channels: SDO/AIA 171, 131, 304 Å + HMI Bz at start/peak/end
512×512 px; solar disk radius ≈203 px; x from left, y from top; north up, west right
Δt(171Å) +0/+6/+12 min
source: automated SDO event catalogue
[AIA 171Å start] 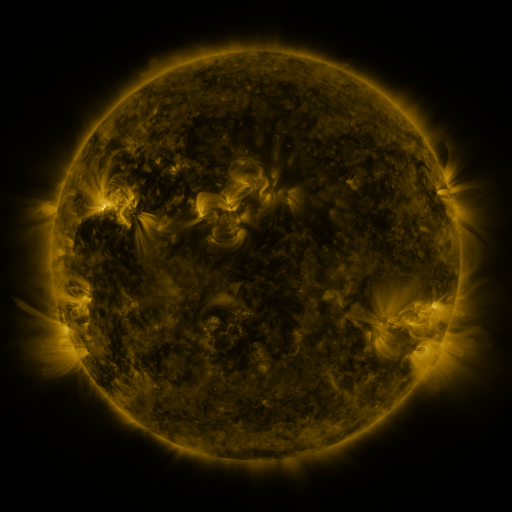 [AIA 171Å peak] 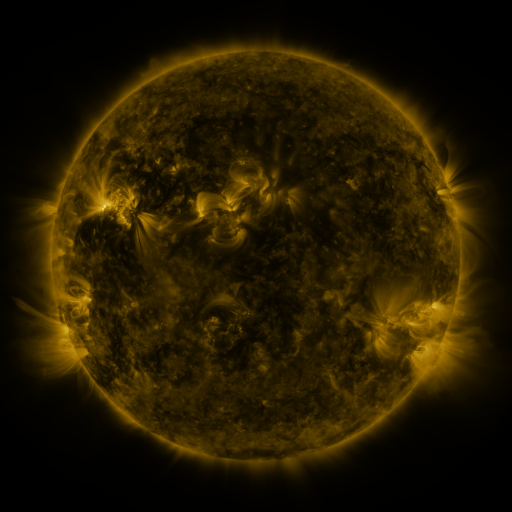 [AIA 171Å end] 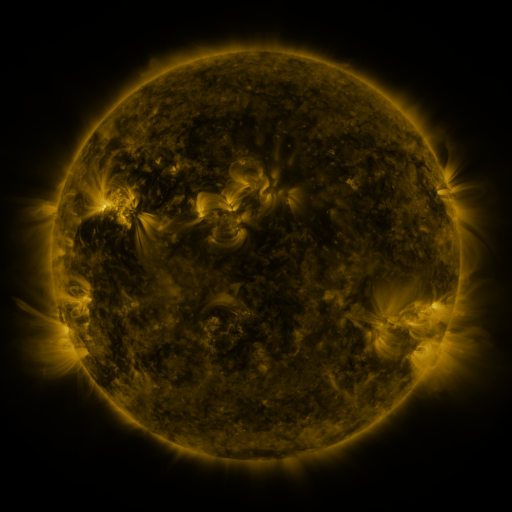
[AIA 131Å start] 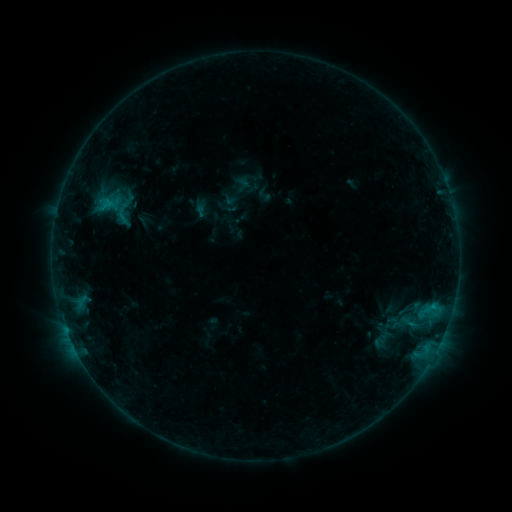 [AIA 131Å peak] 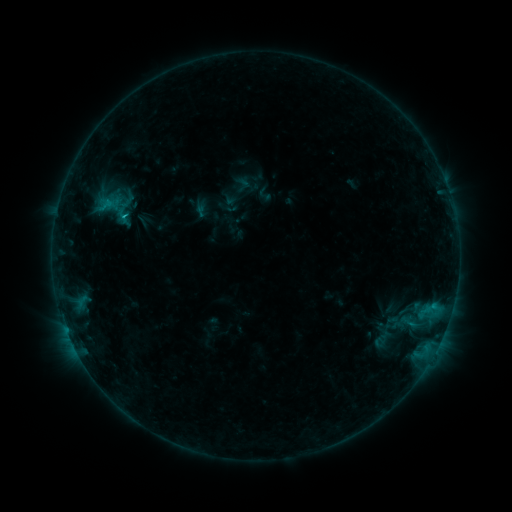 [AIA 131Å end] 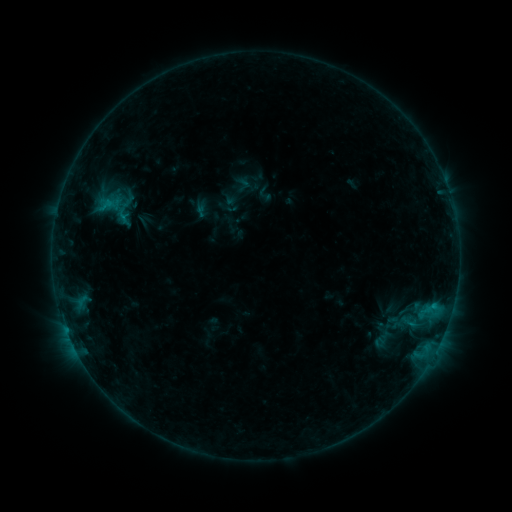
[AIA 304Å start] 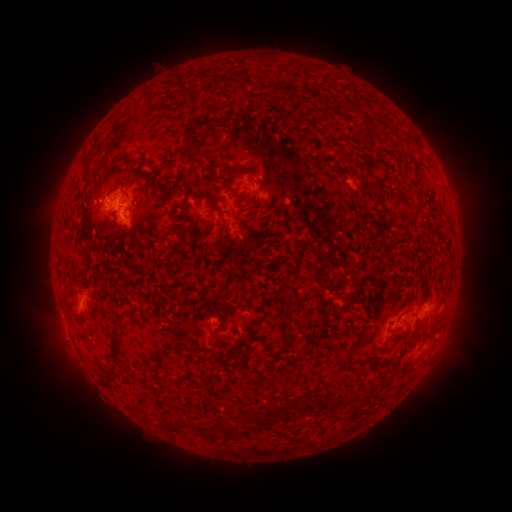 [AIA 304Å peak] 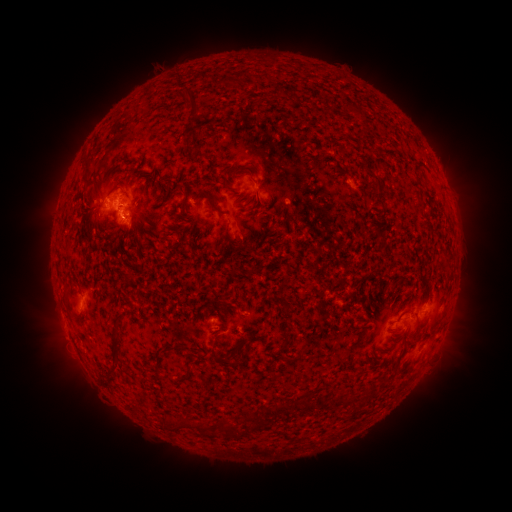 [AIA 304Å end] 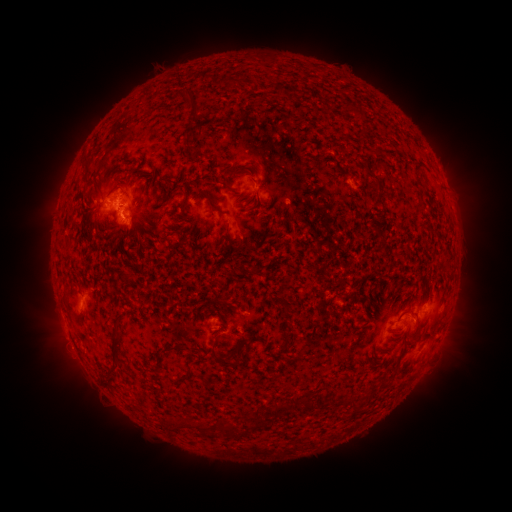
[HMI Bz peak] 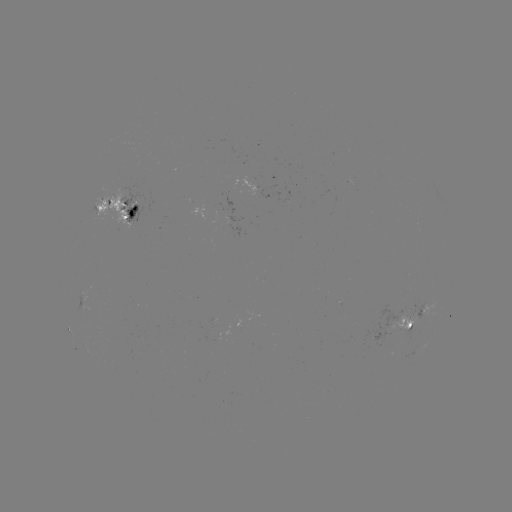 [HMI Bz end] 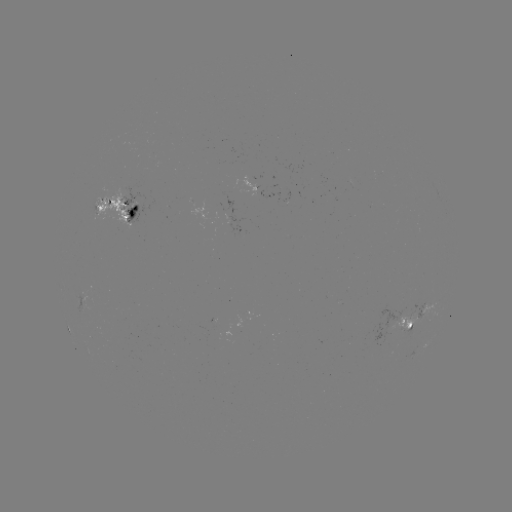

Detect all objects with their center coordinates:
B7.3 flare: (126, 218)
